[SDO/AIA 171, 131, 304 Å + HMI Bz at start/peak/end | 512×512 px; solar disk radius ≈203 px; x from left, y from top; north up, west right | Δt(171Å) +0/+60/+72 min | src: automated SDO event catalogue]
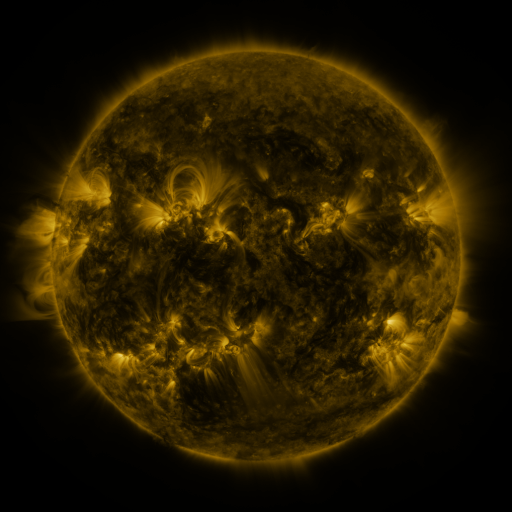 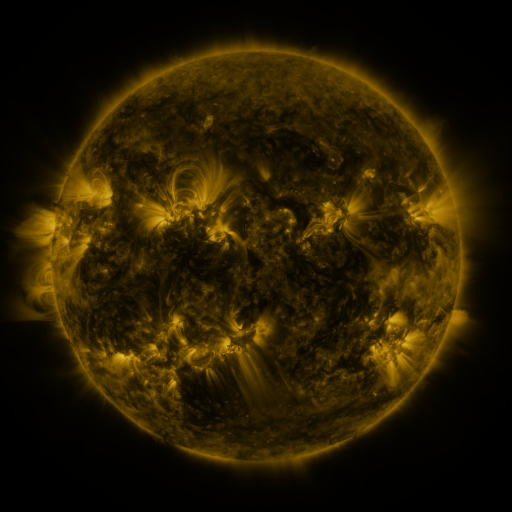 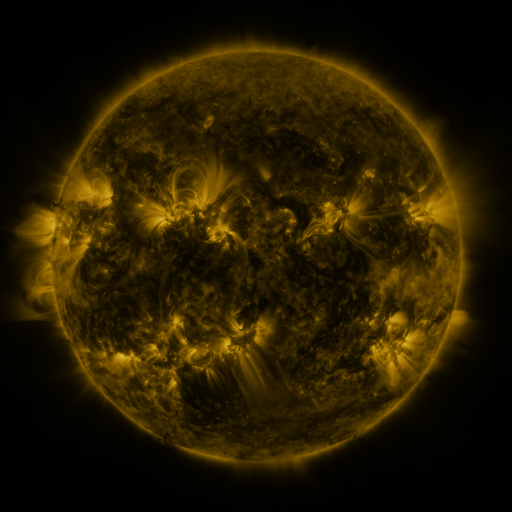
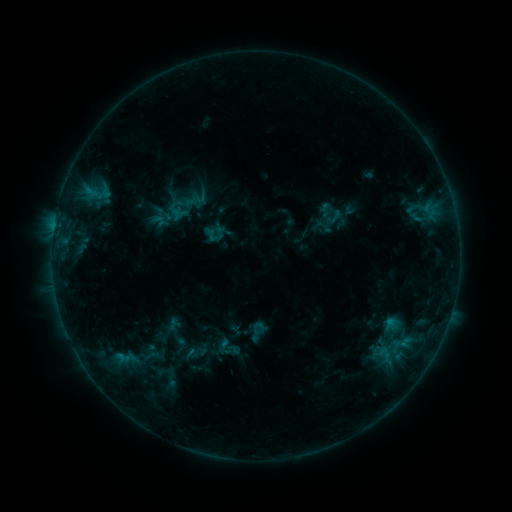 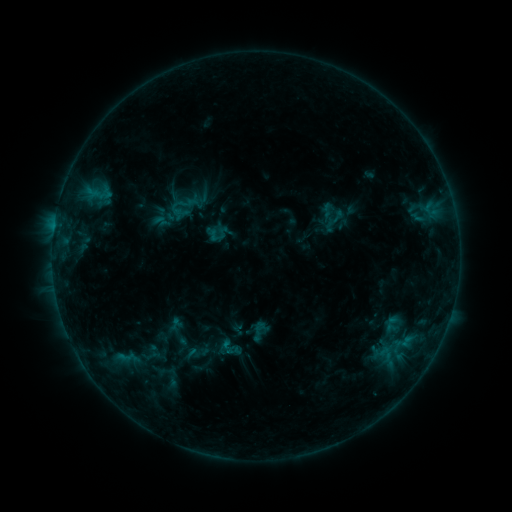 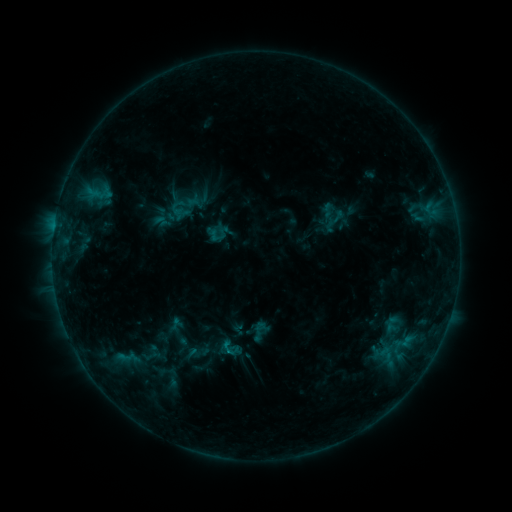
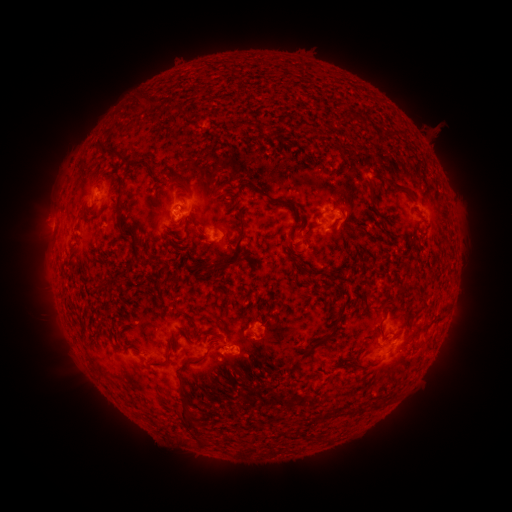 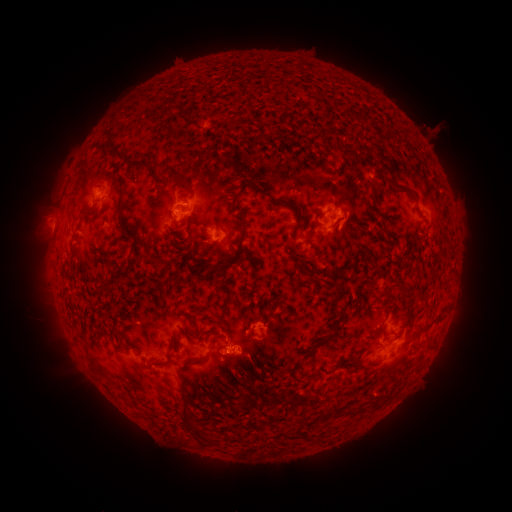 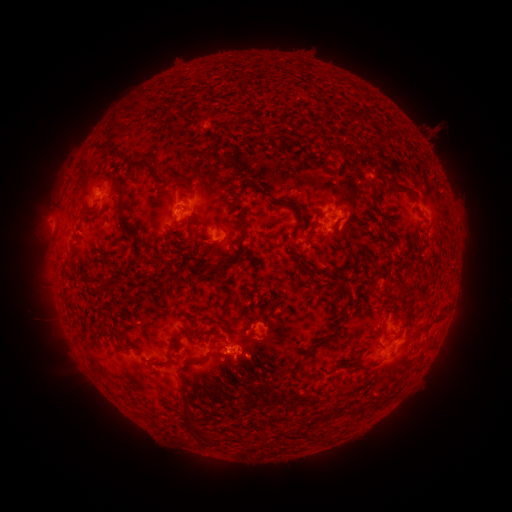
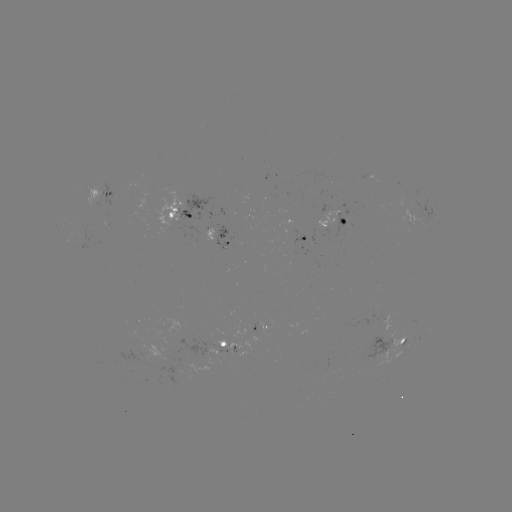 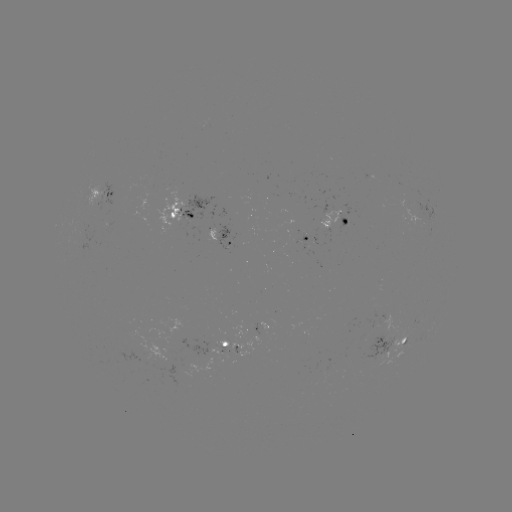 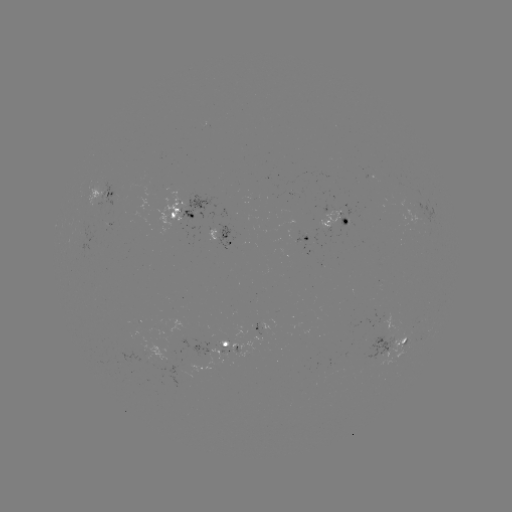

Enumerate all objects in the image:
emerging-flux region: (97, 199)
